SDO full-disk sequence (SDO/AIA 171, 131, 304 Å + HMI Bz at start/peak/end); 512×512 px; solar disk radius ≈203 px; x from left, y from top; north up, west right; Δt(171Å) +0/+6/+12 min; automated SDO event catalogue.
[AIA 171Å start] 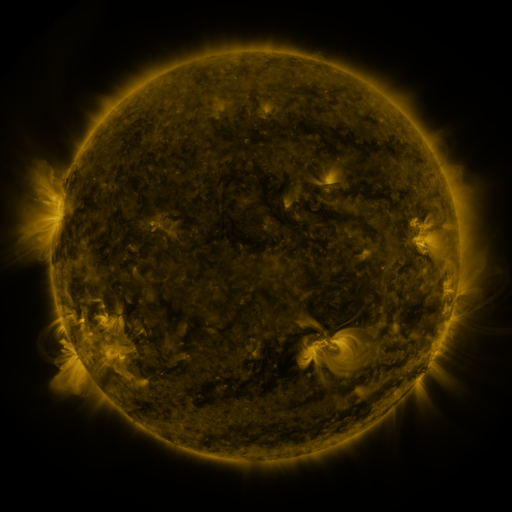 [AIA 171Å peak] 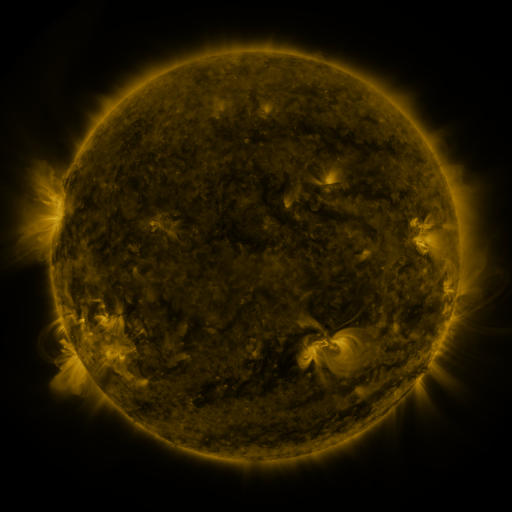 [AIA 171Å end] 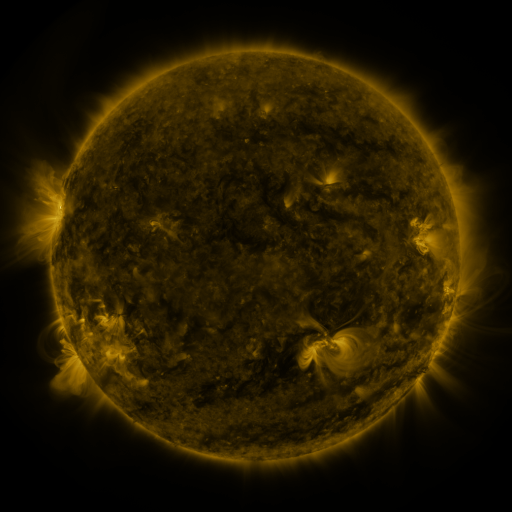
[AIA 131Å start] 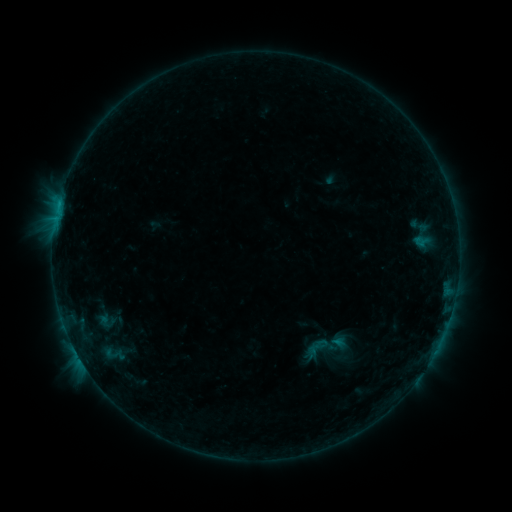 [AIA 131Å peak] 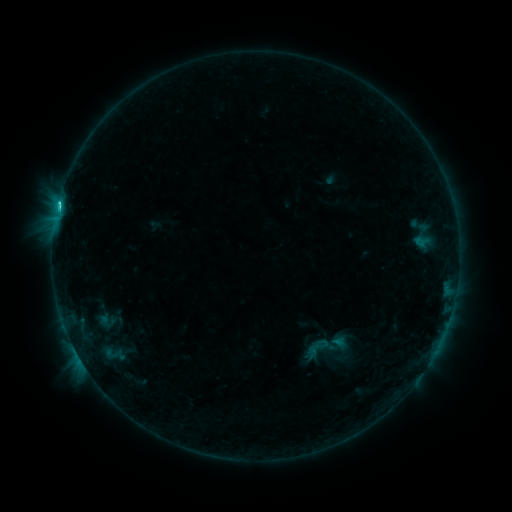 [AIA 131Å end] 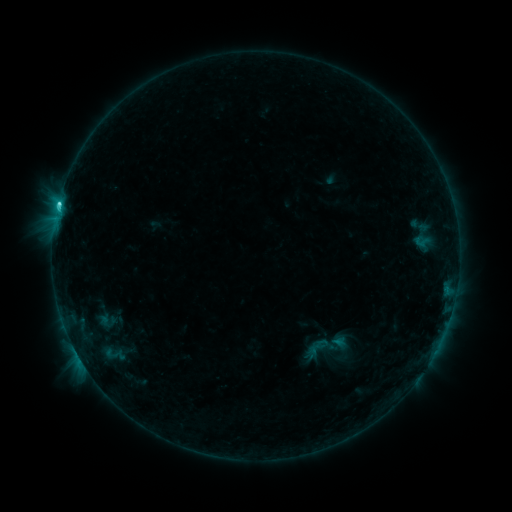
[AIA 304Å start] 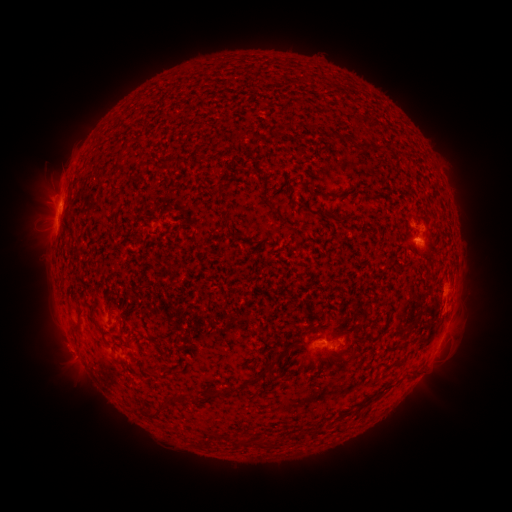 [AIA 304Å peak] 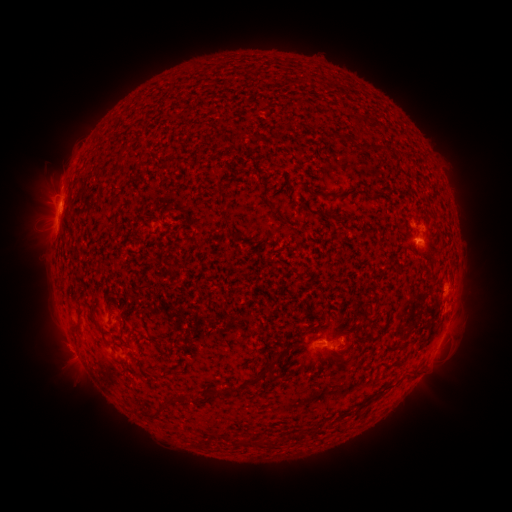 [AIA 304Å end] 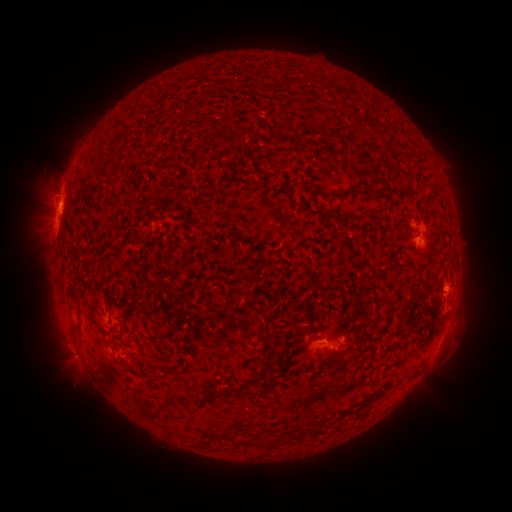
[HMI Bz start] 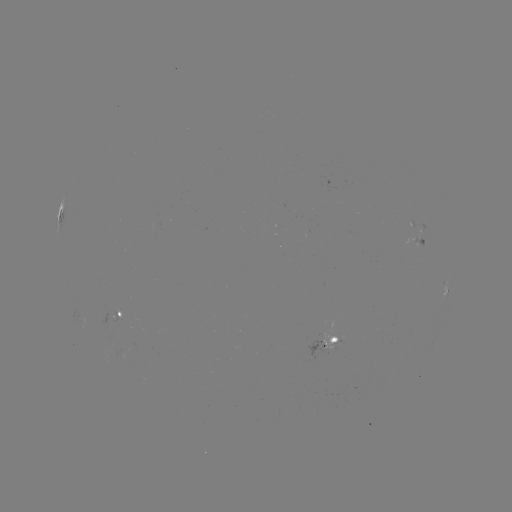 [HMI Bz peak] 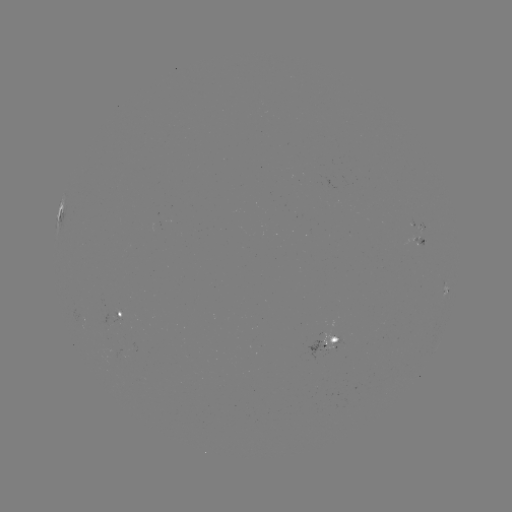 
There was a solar flare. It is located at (58, 207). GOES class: C1.9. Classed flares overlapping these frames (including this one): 1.